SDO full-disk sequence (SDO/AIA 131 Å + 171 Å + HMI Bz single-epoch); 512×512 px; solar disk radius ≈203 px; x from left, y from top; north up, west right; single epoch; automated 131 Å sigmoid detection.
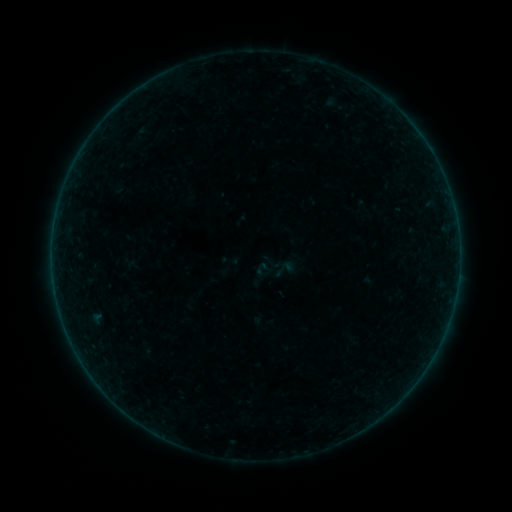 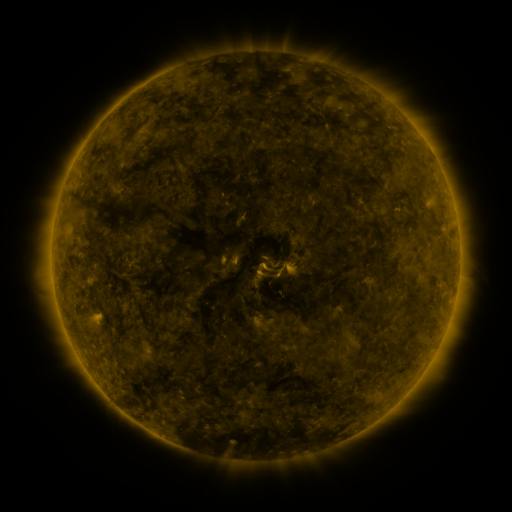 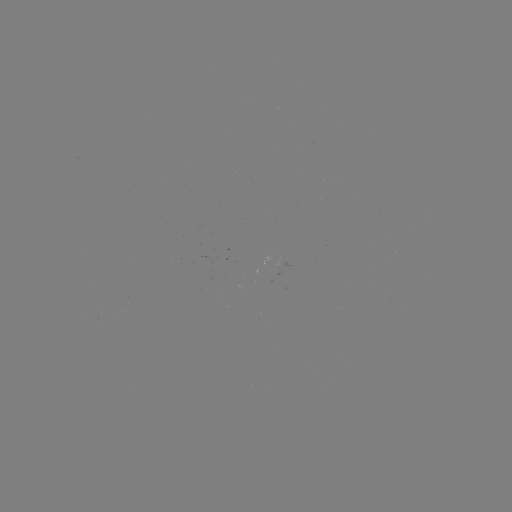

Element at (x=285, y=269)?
sigmoid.